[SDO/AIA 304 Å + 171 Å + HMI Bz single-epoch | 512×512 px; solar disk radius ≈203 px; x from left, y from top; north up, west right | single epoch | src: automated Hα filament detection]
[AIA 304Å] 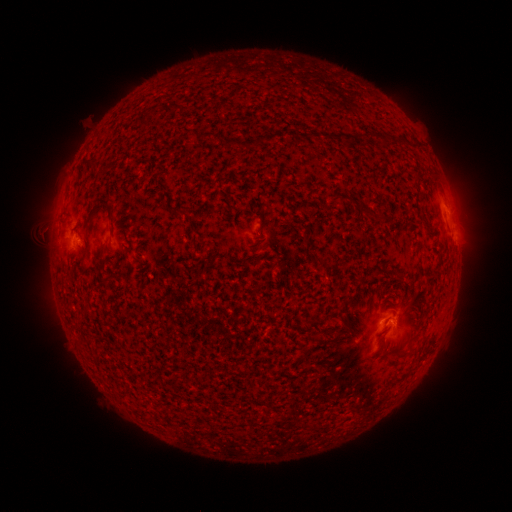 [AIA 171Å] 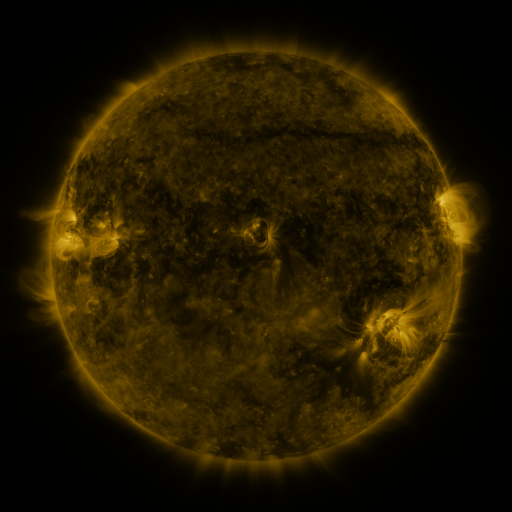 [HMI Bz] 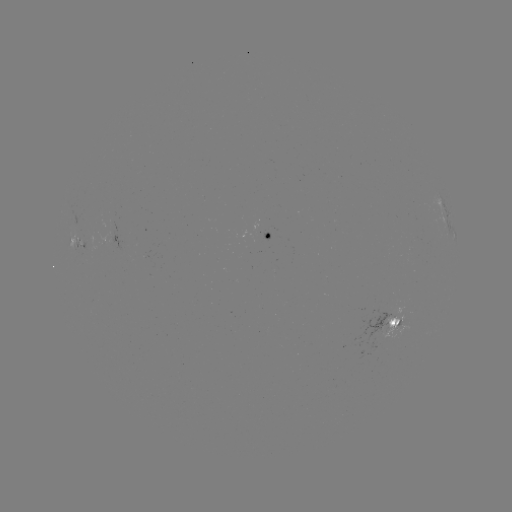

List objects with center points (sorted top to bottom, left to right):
filament: [85, 160, 94, 167]
filament: [96, 198, 112, 222]
filament: [358, 205, 372, 214]
